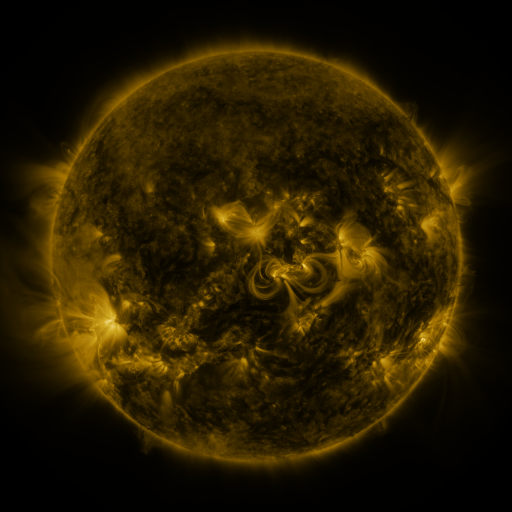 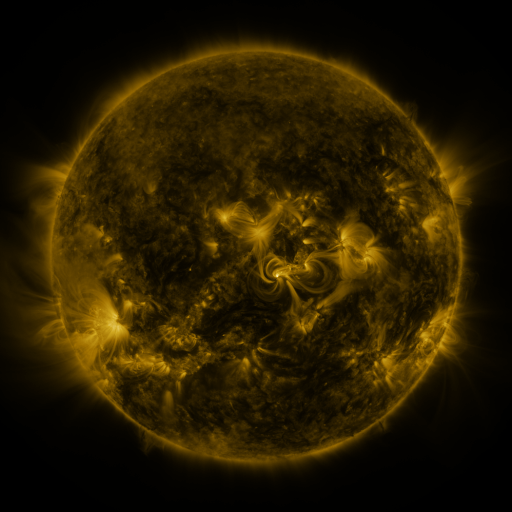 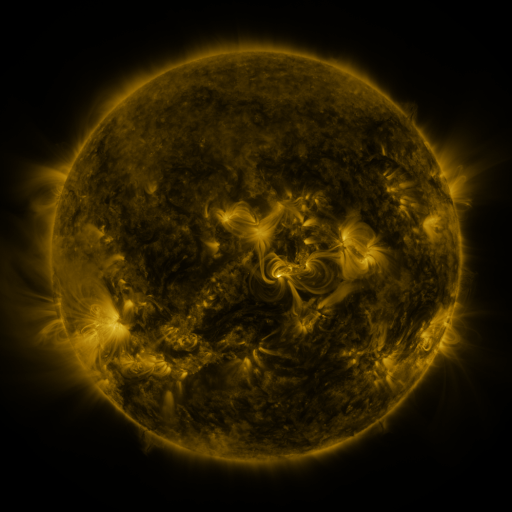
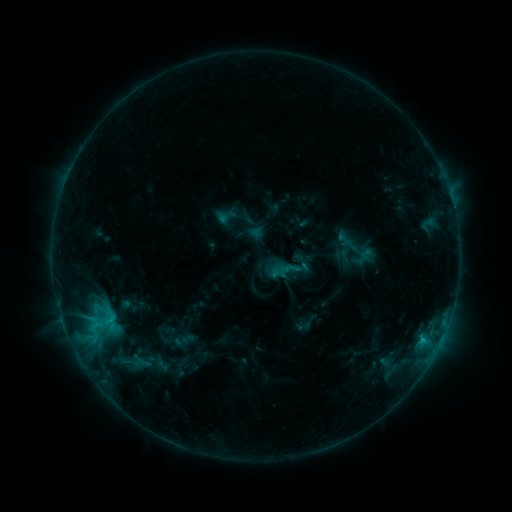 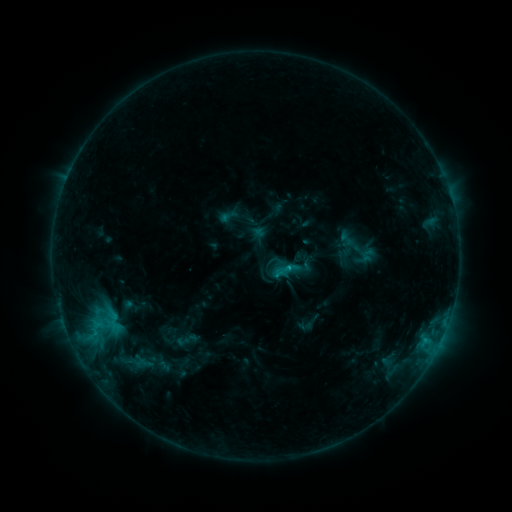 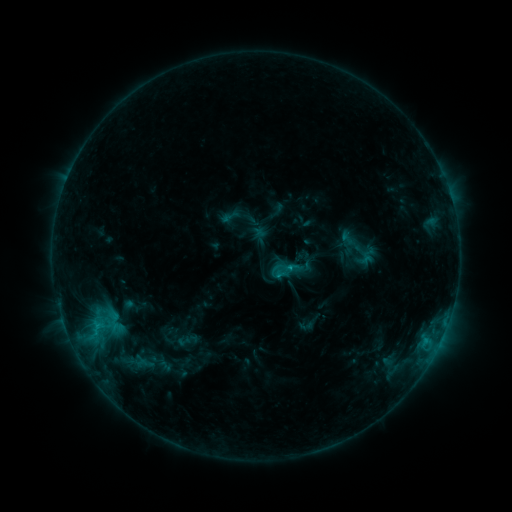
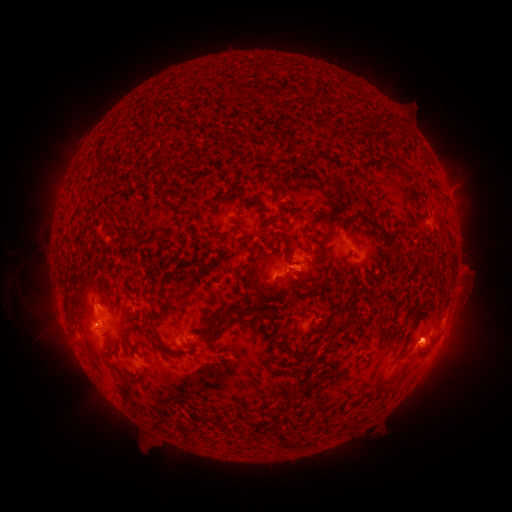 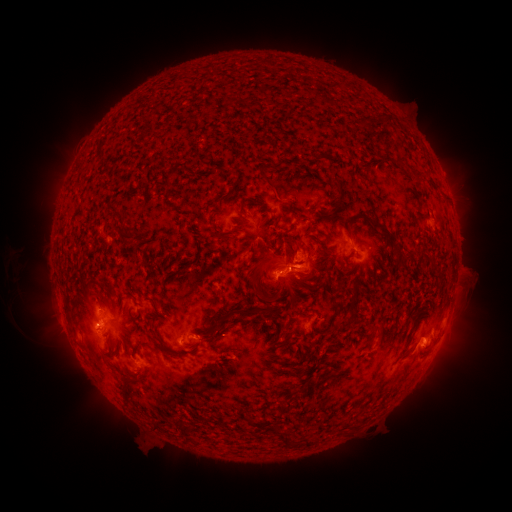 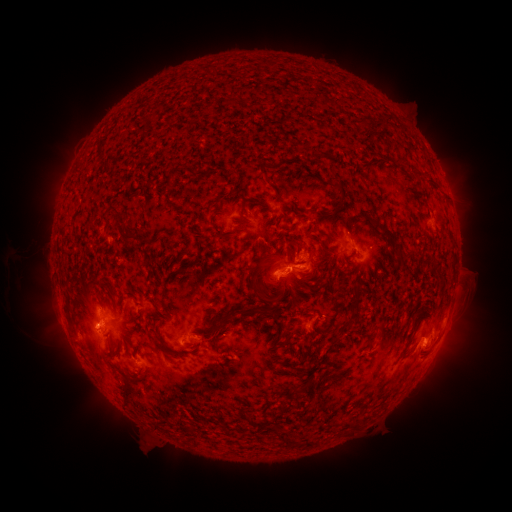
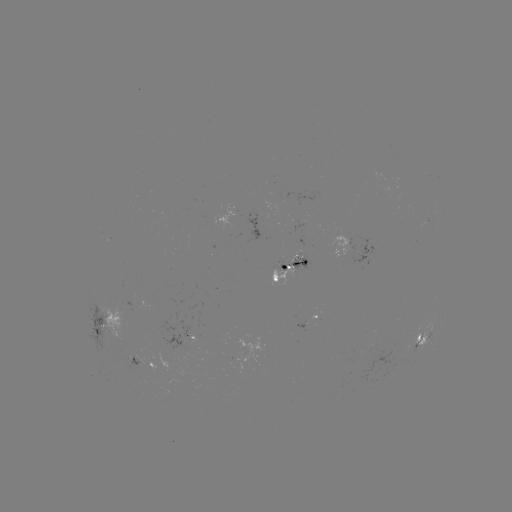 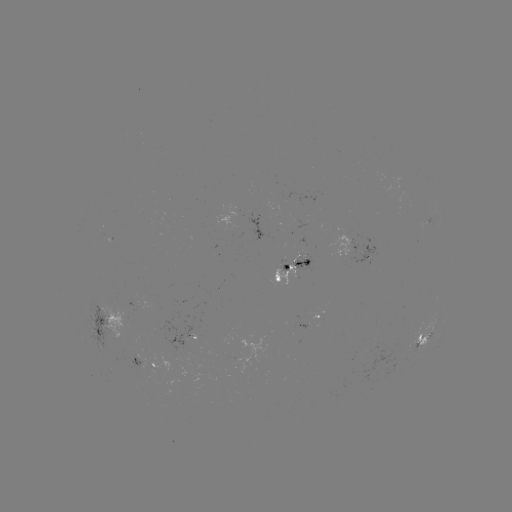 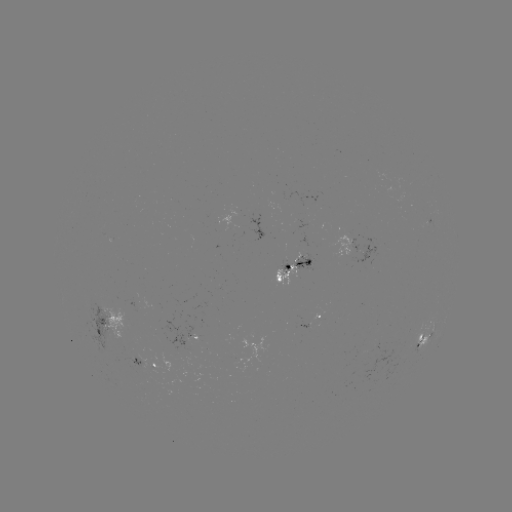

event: emerging-flux region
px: (347, 237)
